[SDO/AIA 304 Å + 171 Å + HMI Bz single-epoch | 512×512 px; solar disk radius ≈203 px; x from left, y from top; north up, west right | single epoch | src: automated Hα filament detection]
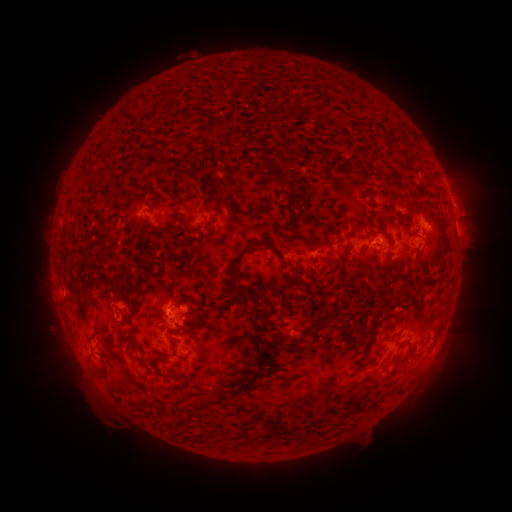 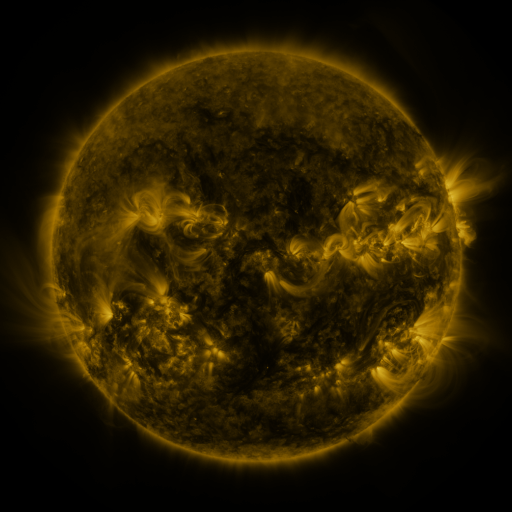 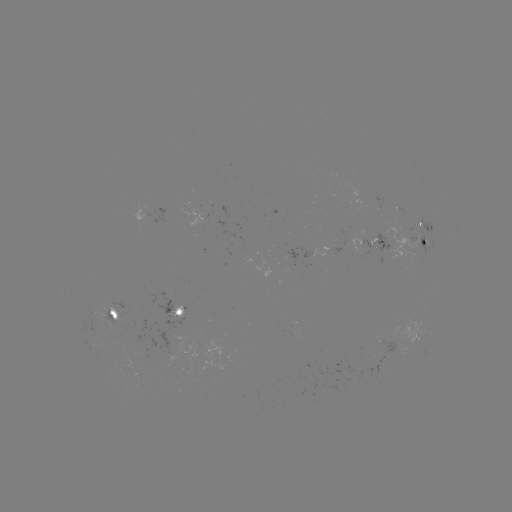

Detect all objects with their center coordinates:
filament: (256, 122)
filament: (285, 143)
filament: (264, 162)
filament: (371, 168)
filament: (281, 180)
filament: (92, 182)
filament: (197, 183)
filament: (382, 206)
filament: (440, 226)
filament: (171, 228)
filament: (199, 233)
filament: (297, 235)
filament: (347, 249)
filament: (239, 257)
filament: (390, 260)
filament: (331, 262)
filament: (107, 288)
filament: (131, 304)
filament: (319, 326)
filament: (178, 333)
filament: (258, 365)
filament: (259, 372)
filament: (182, 421)
filament: (208, 442)
